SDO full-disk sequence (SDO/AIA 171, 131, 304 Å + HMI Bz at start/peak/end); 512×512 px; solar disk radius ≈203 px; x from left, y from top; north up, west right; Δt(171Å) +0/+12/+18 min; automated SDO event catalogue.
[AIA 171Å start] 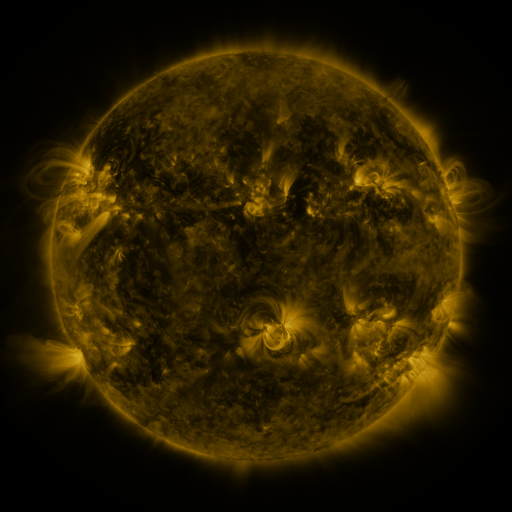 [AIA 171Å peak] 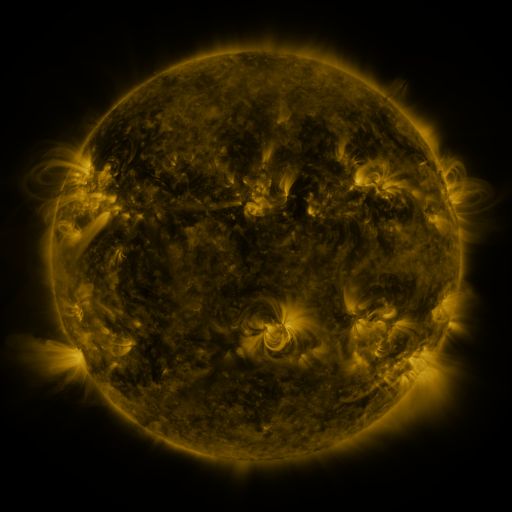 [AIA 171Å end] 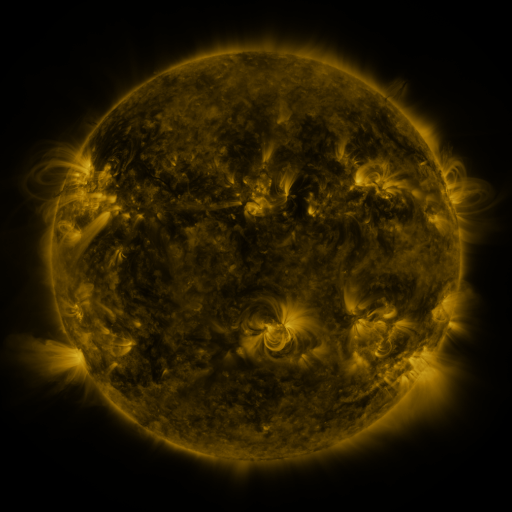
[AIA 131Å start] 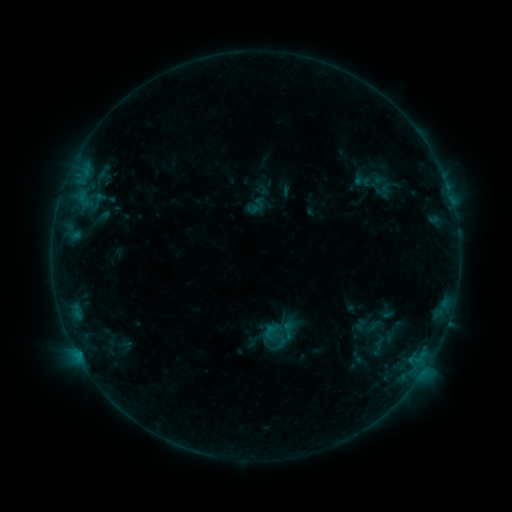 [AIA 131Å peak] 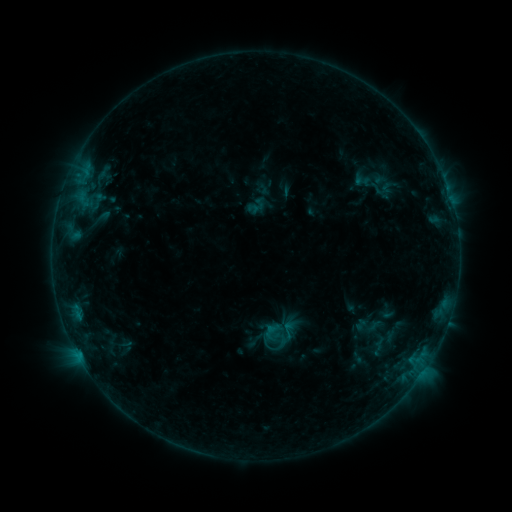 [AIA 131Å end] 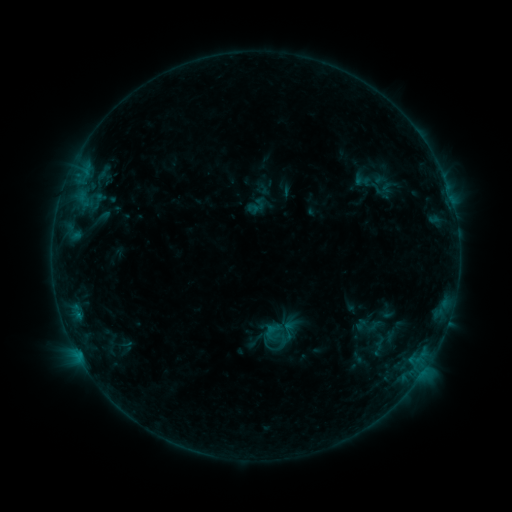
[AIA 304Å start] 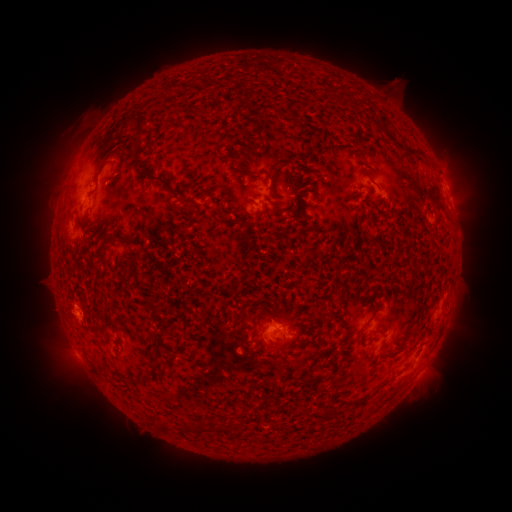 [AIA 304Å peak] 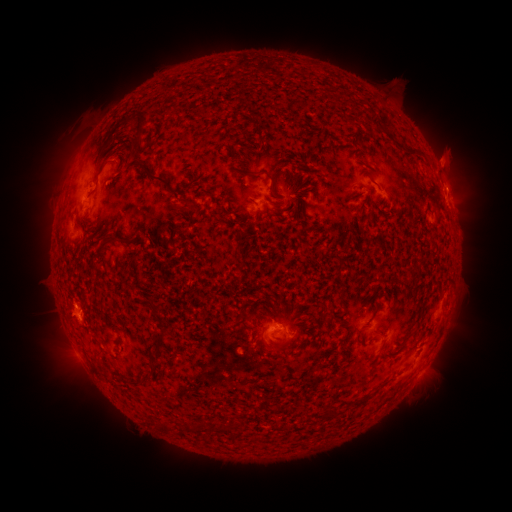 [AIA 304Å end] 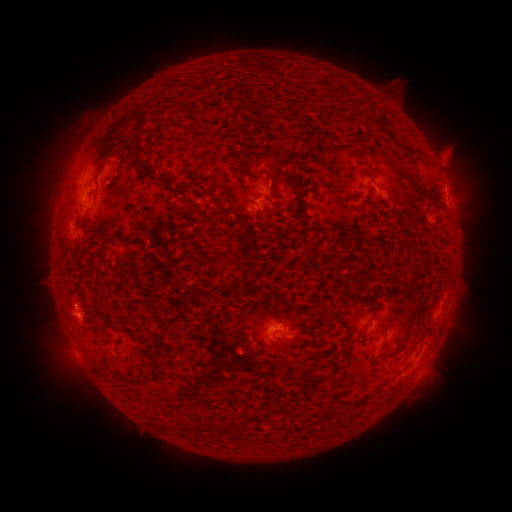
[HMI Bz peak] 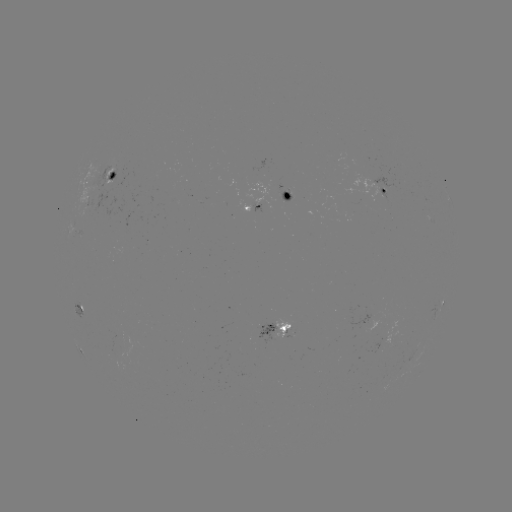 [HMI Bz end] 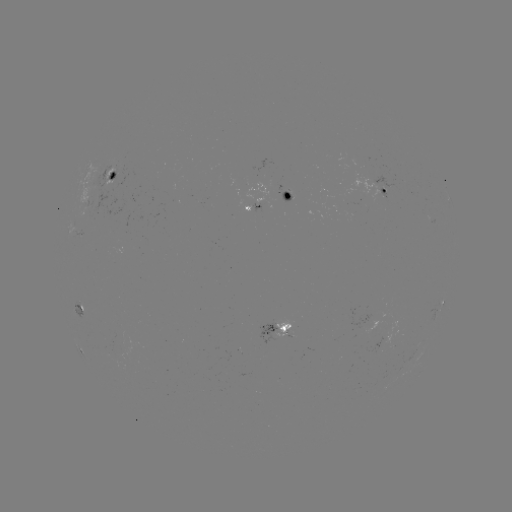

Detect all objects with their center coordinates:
eruption: (450, 151)
